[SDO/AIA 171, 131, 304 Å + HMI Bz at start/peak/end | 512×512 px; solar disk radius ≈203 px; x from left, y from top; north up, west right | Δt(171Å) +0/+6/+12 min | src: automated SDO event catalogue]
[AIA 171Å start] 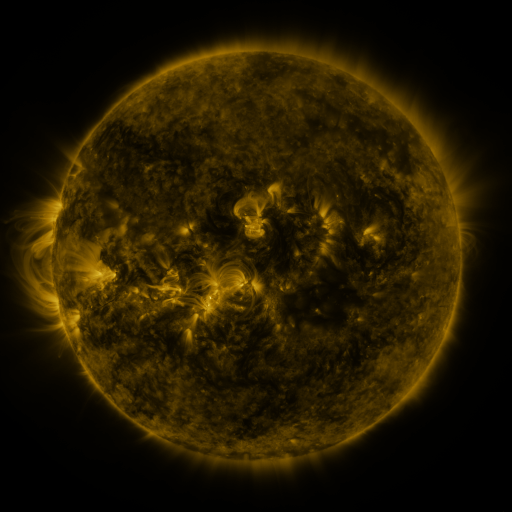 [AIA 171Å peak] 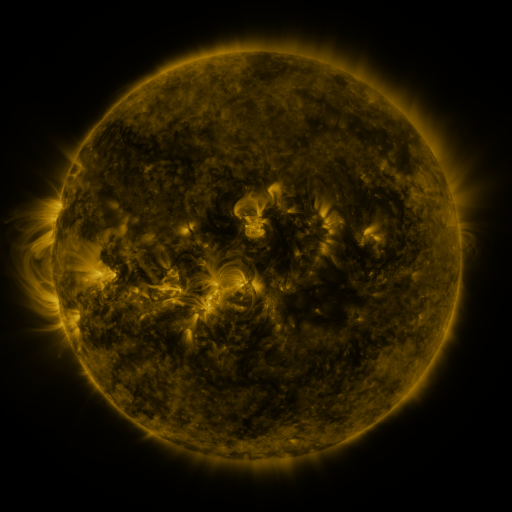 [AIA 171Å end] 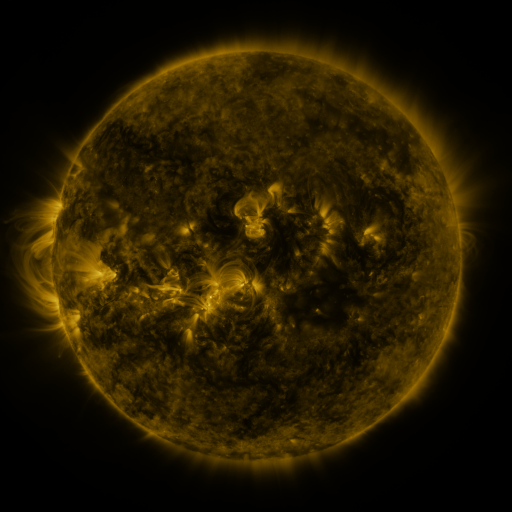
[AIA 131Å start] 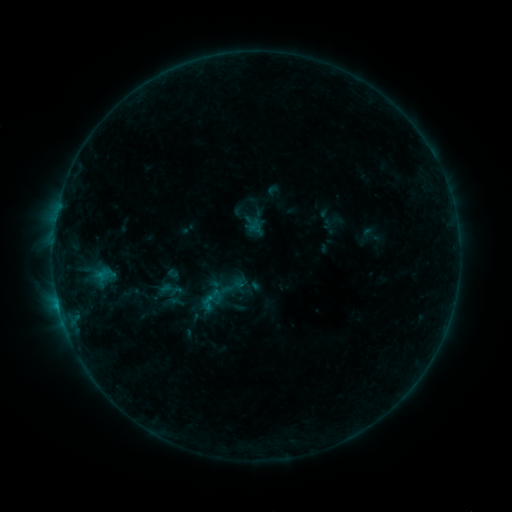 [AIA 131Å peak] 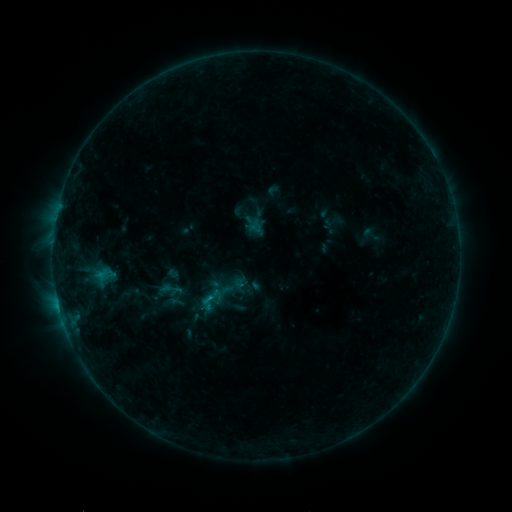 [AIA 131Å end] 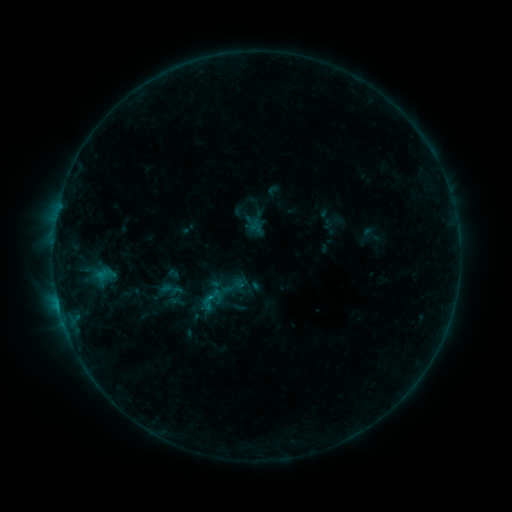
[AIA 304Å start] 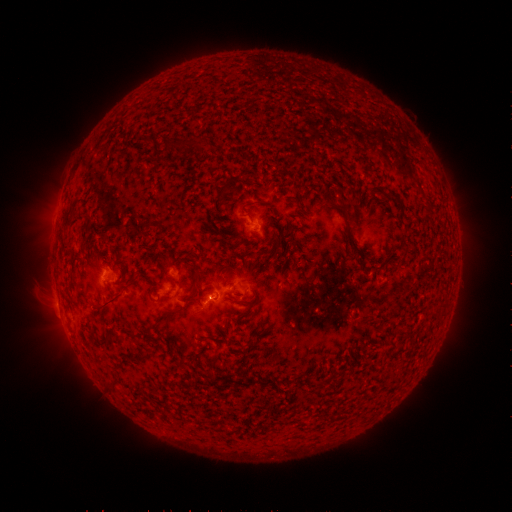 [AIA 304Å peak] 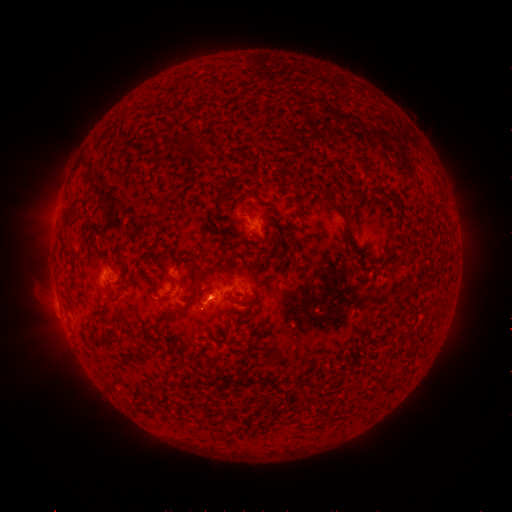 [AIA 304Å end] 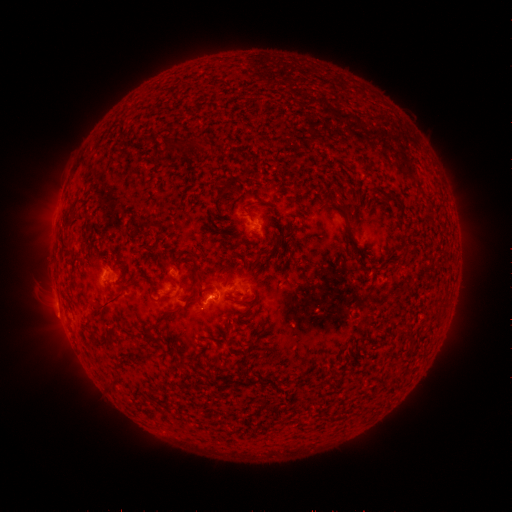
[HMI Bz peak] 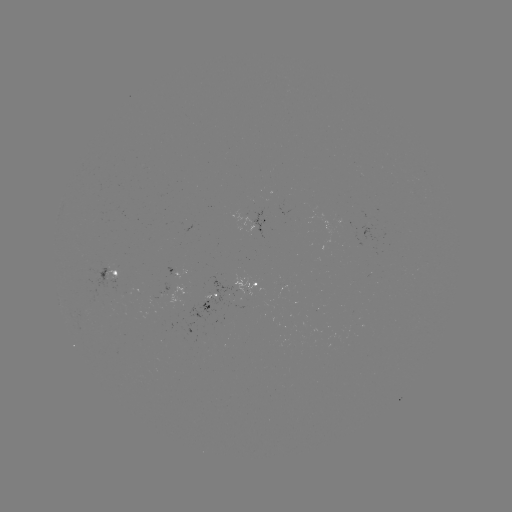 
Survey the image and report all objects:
B6.4 flare: (211, 298)
